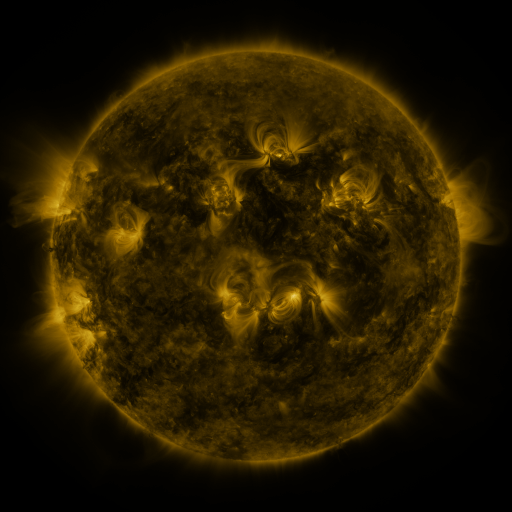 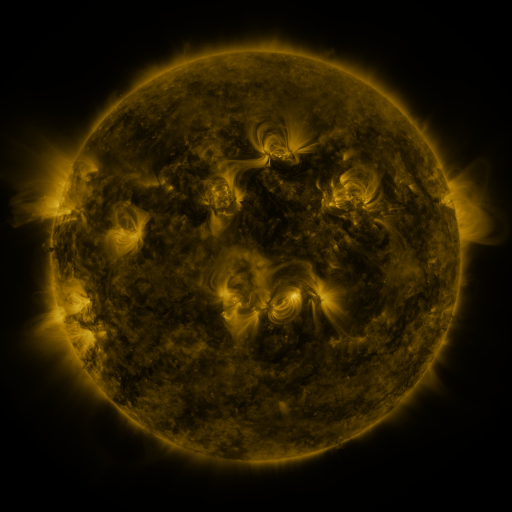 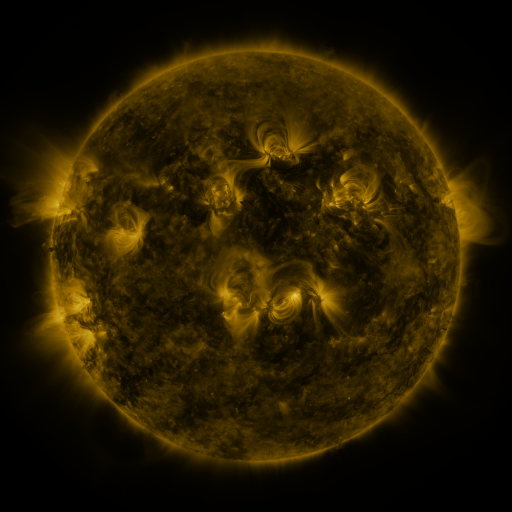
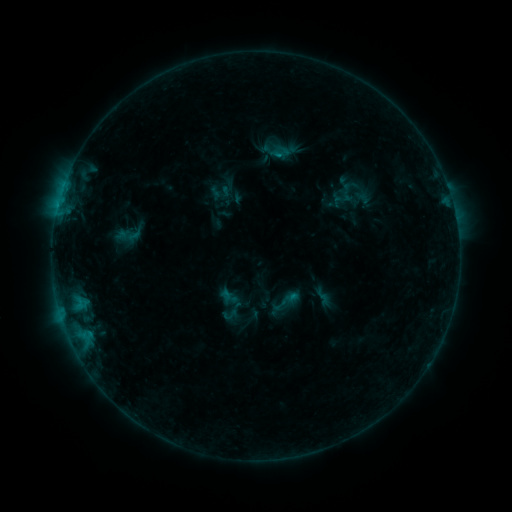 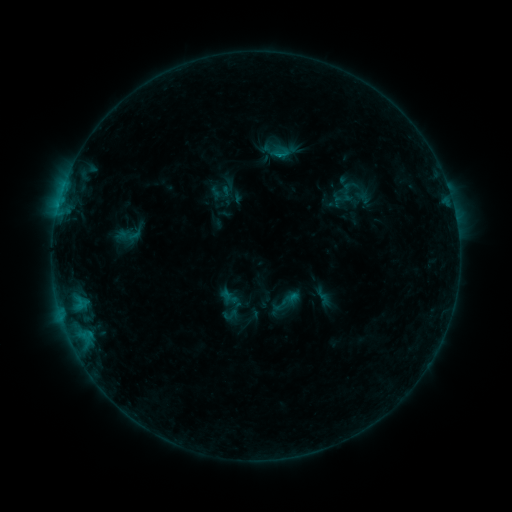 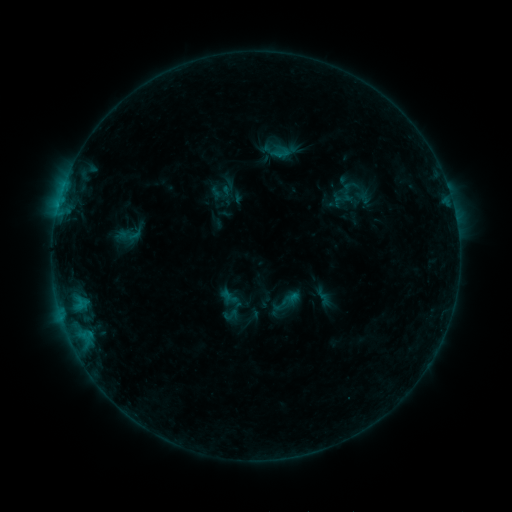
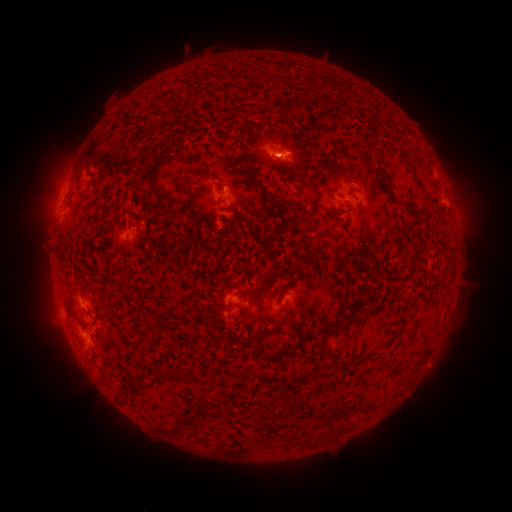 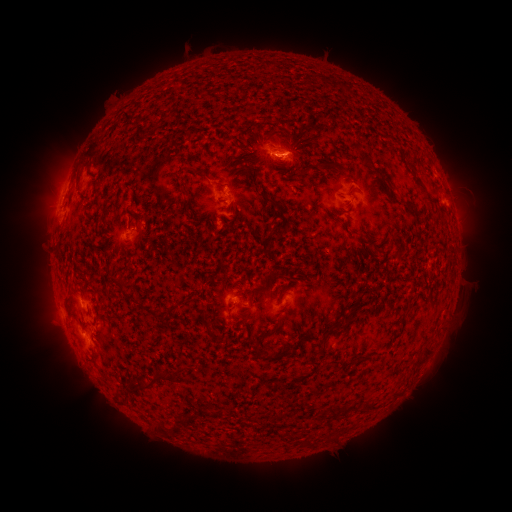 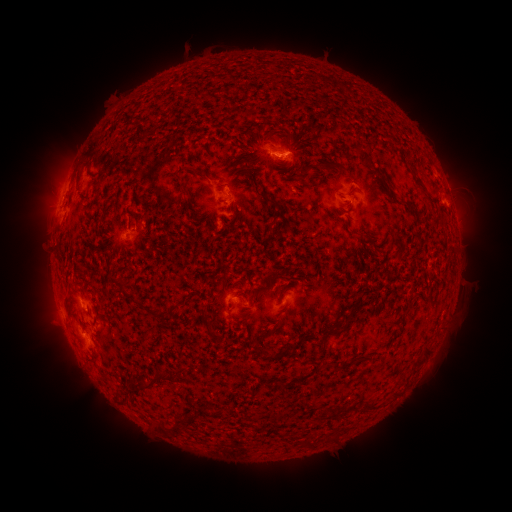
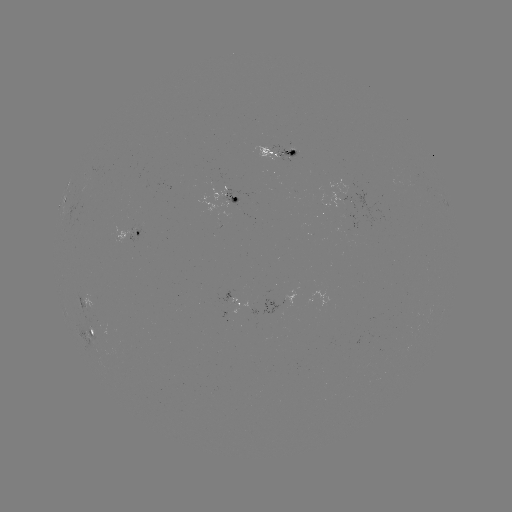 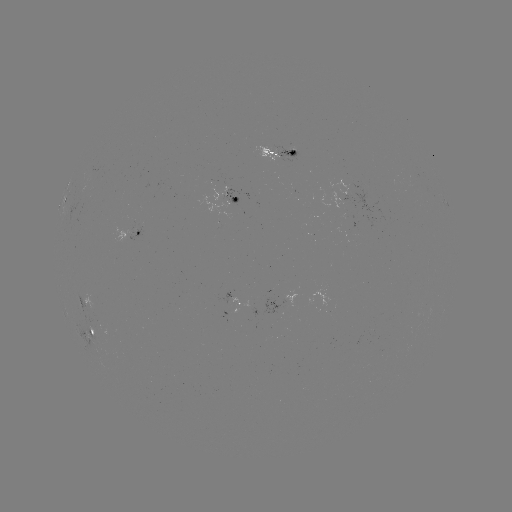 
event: flare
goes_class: B4.7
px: (278, 156)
